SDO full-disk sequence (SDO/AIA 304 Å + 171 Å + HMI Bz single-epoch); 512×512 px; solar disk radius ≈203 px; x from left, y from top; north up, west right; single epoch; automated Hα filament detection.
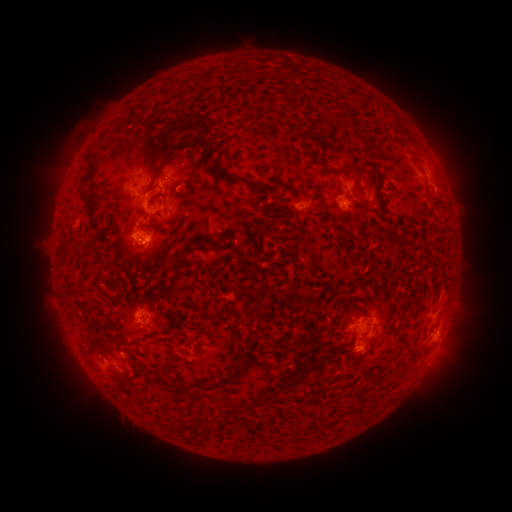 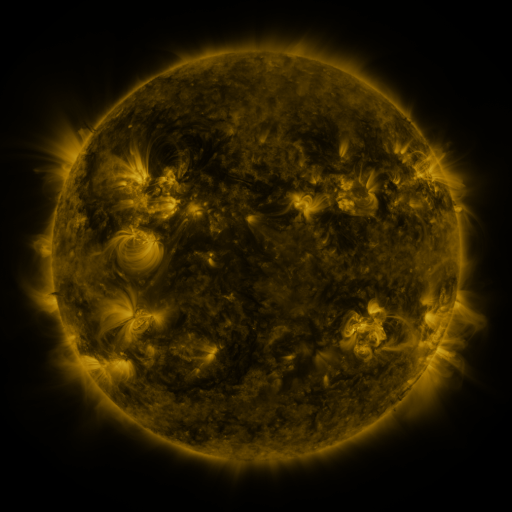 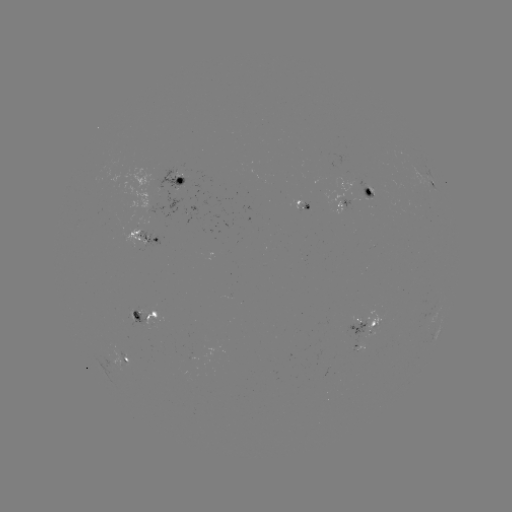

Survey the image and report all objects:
filament: (176, 116, 186, 129)
filament: (185, 123, 206, 134)
filament: (148, 145, 181, 189)
filament: (180, 164, 277, 195)
filament: (327, 165, 354, 179)
filament: (81, 173, 92, 183)
filament: (362, 175, 370, 186)
filament: (151, 189, 163, 202)
filament: (81, 192, 100, 209)
filament: (313, 197, 323, 205)
filament: (269, 202, 279, 214)
filament: (105, 211, 113, 231)
filament: (338, 223, 346, 234)
filament: (175, 227, 185, 240)
filament: (227, 236, 235, 245)
filament: (166, 254, 188, 297)
filament: (131, 259, 140, 267)
filament: (67, 285, 82, 303)
filament: (238, 333, 266, 363)
filament: (195, 344, 204, 356)
filament: (155, 368, 163, 384)
filament: (210, 370, 239, 389)
filament: (144, 375, 152, 384)
